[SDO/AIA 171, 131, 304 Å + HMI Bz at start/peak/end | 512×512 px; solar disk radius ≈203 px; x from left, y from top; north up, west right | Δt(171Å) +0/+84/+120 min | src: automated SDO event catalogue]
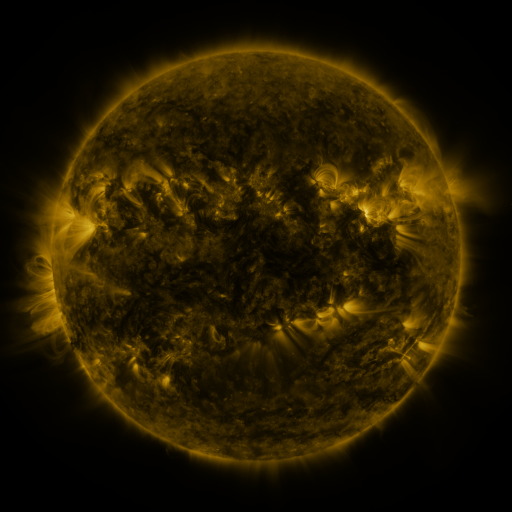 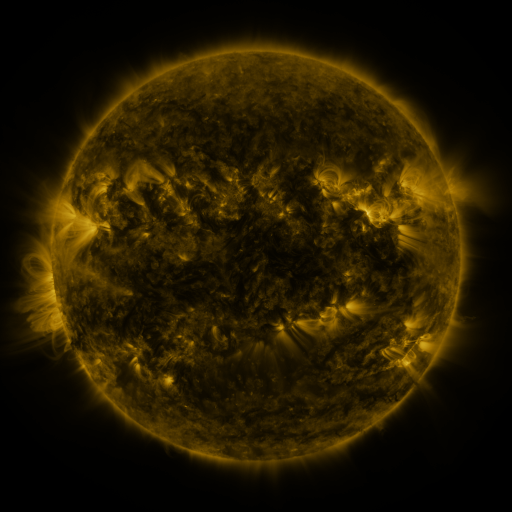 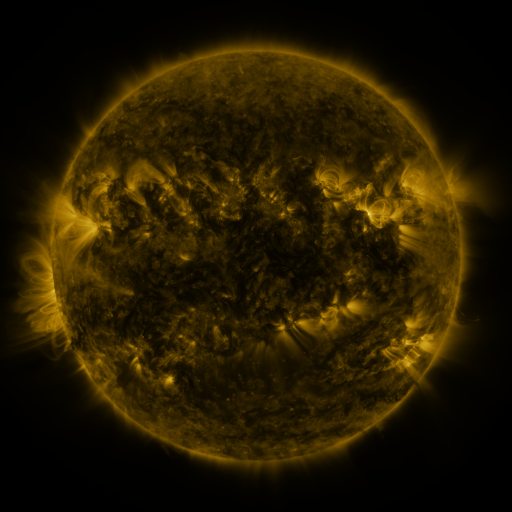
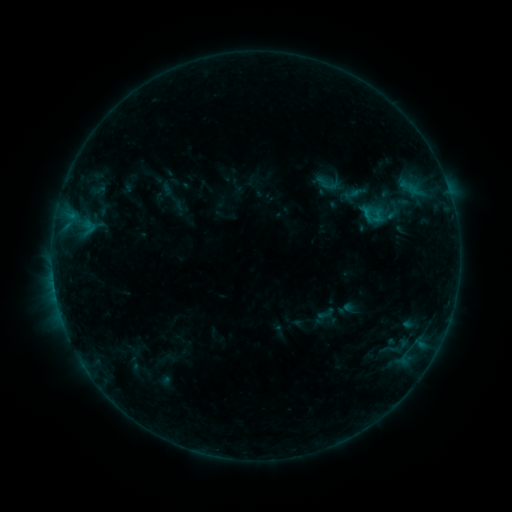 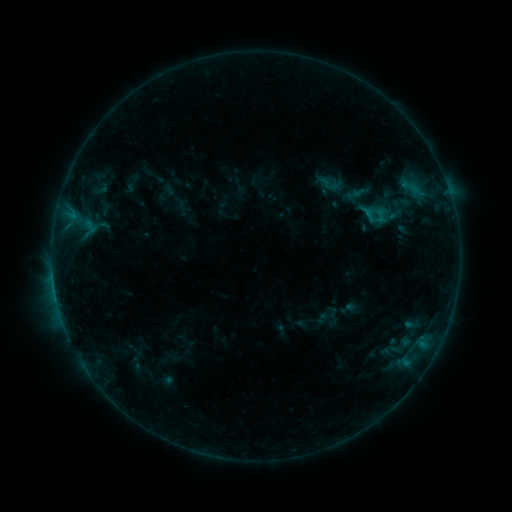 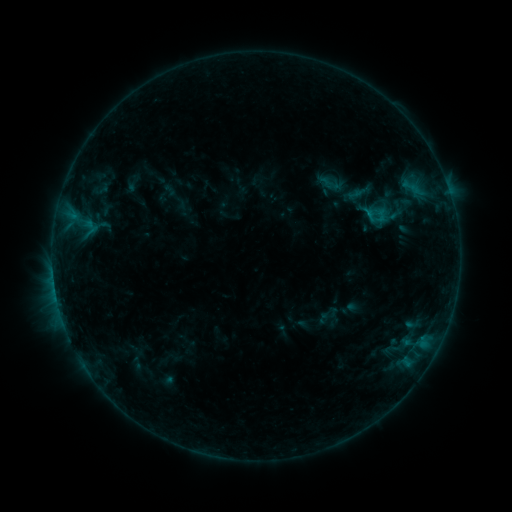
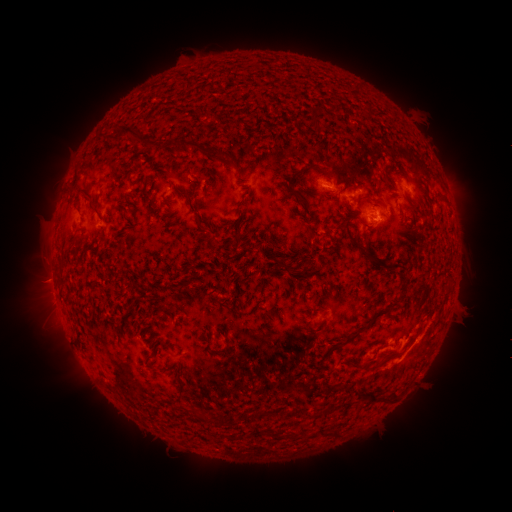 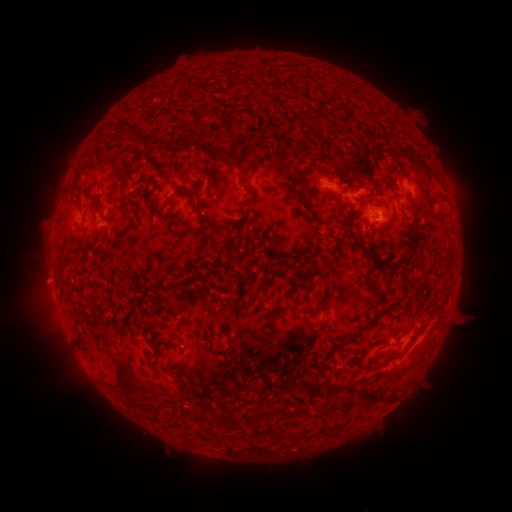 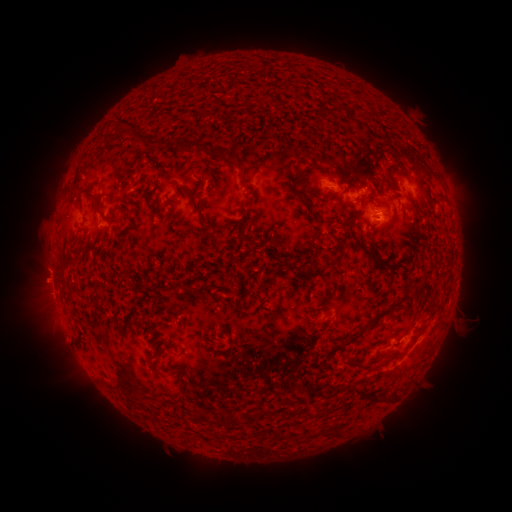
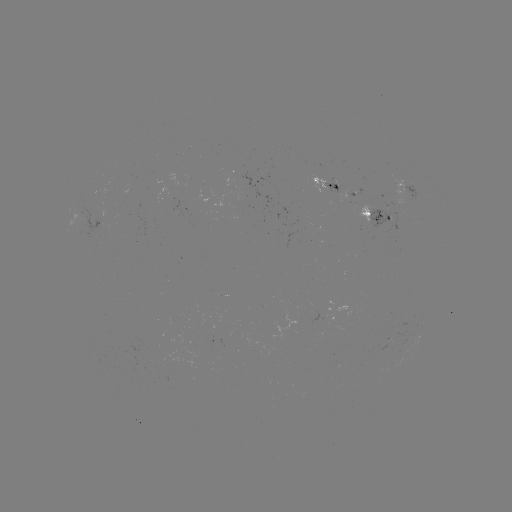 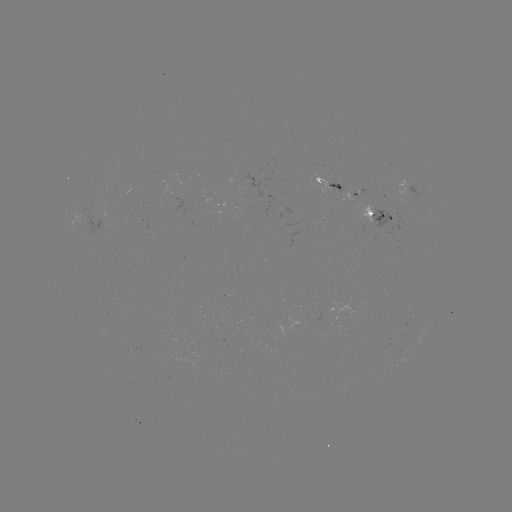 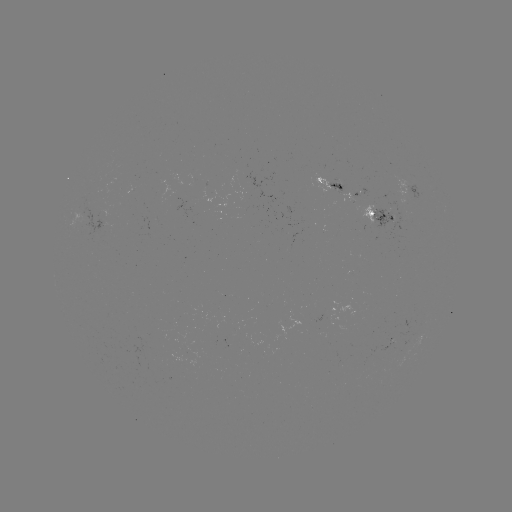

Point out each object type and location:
emerging-flux region: (399, 334)
